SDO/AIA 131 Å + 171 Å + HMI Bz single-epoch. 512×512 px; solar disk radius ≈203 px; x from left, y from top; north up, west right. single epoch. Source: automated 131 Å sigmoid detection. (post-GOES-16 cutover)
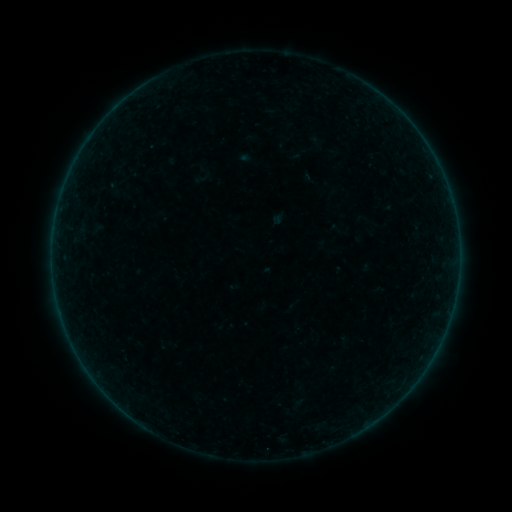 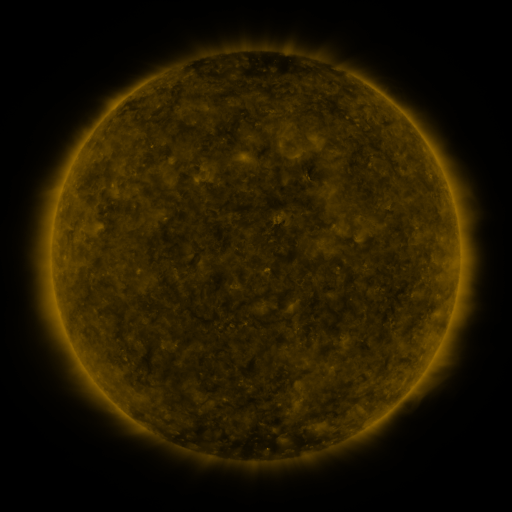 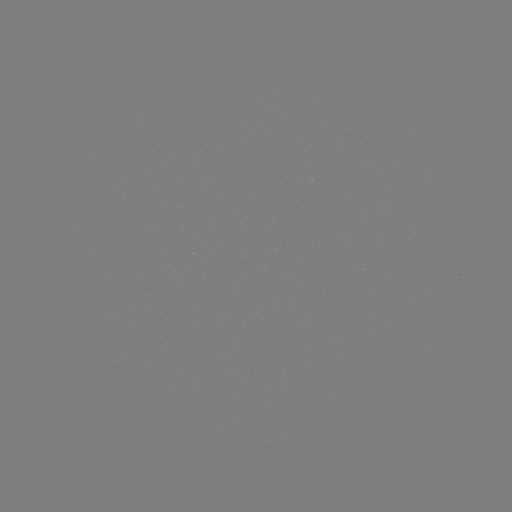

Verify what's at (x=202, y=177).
sigmoid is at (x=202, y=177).